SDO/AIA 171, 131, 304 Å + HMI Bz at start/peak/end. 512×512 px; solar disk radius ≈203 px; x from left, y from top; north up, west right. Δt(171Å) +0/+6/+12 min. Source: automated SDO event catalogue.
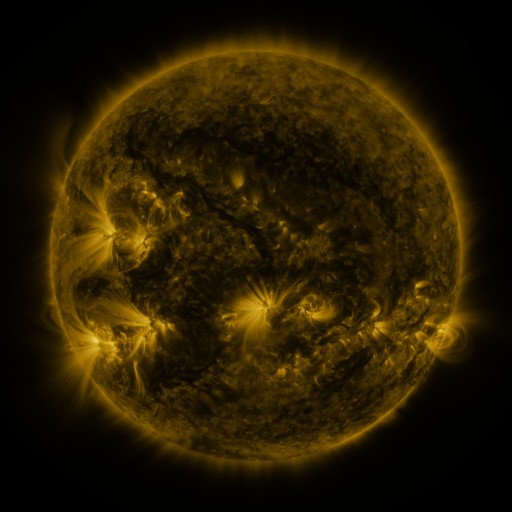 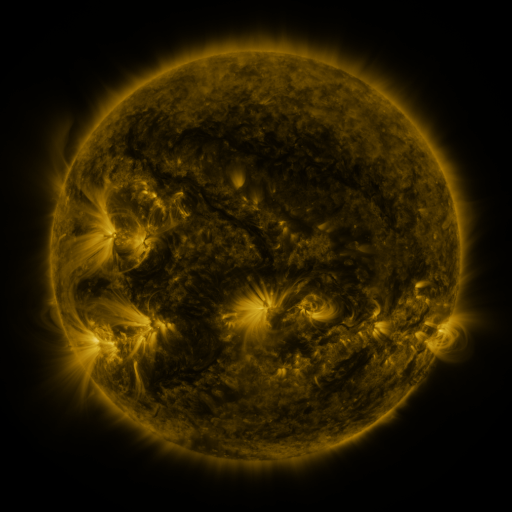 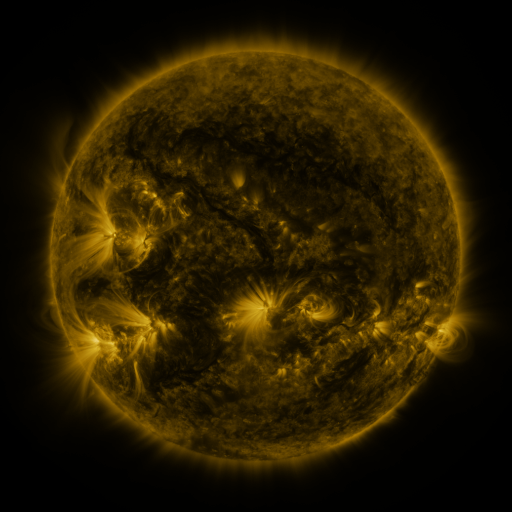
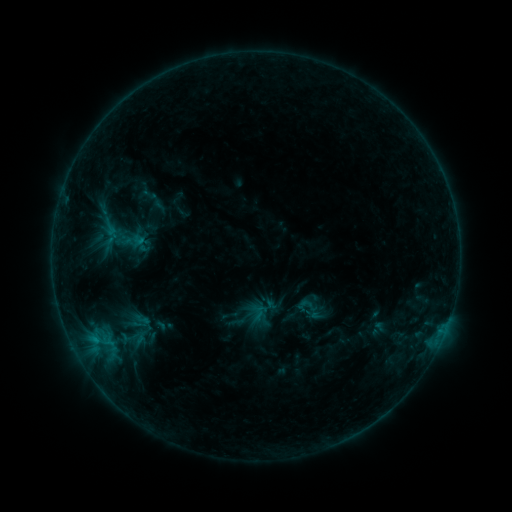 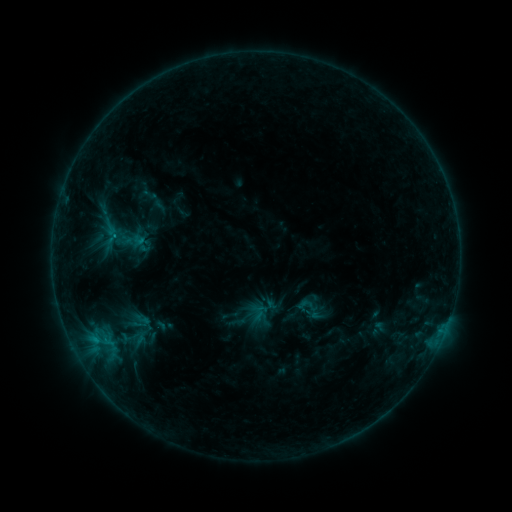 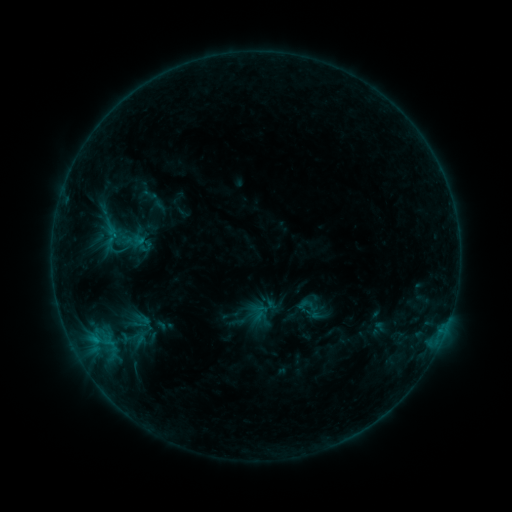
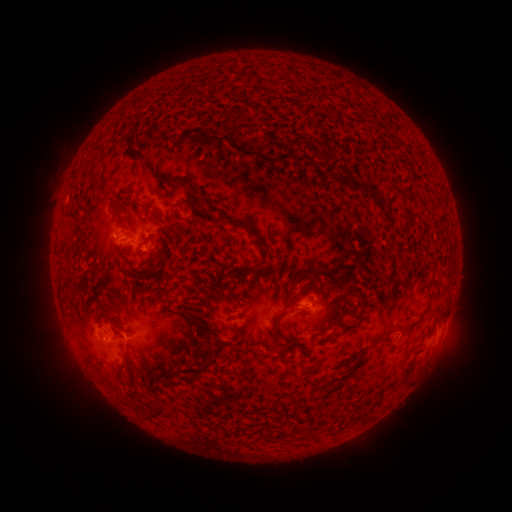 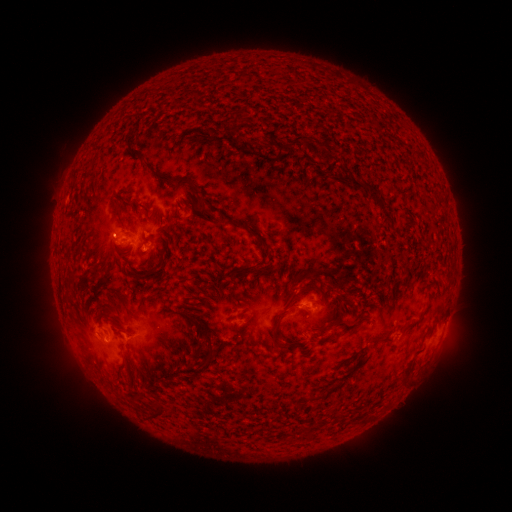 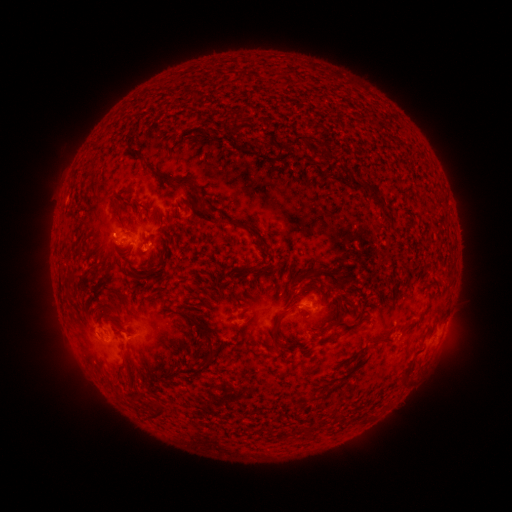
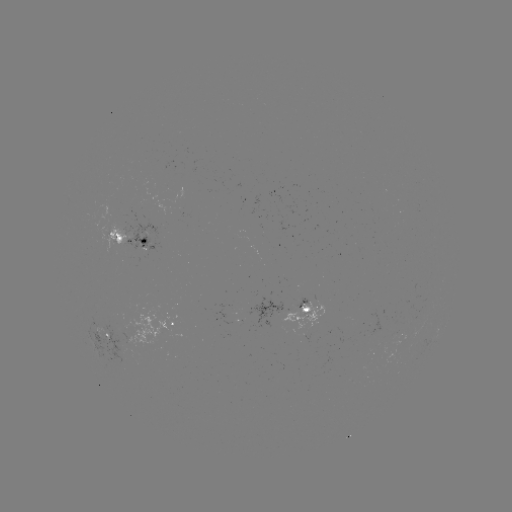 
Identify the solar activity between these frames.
B8.5 flare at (116, 238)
